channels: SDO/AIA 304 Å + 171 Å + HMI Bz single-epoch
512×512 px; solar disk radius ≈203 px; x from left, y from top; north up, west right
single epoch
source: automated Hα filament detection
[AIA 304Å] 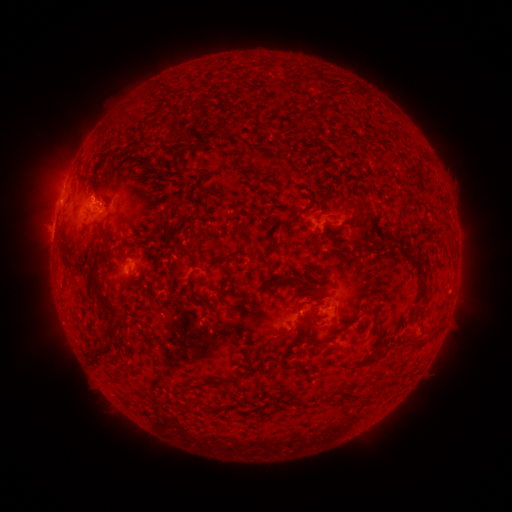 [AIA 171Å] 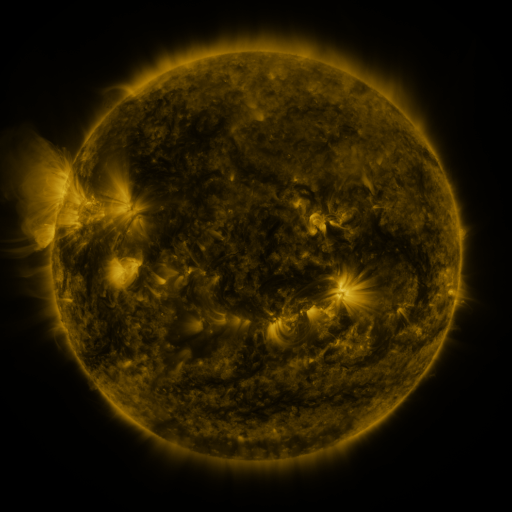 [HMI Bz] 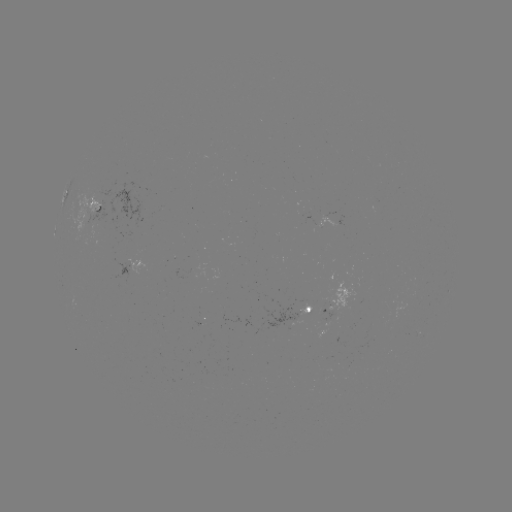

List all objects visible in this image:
filament: (194, 109)
filament: (162, 114)
filament: (174, 134)
filament: (142, 163)
filament: (200, 185)
filament: (95, 195)
filament: (181, 203)
filament: (105, 243)
filament: (137, 245)
filament: (181, 249)
filament: (233, 254)
filament: (423, 271)
filament: (229, 278)
filament: (279, 279)
filament: (99, 297)
filament: (302, 303)
filament: (358, 309)
filament: (284, 335)
filament: (414, 343)
filament: (262, 349)
filament: (96, 359)
filament: (249, 359)
filament: (328, 362)
filament: (356, 365)
